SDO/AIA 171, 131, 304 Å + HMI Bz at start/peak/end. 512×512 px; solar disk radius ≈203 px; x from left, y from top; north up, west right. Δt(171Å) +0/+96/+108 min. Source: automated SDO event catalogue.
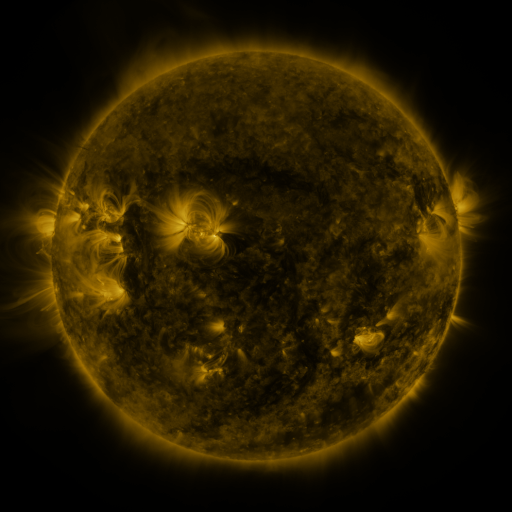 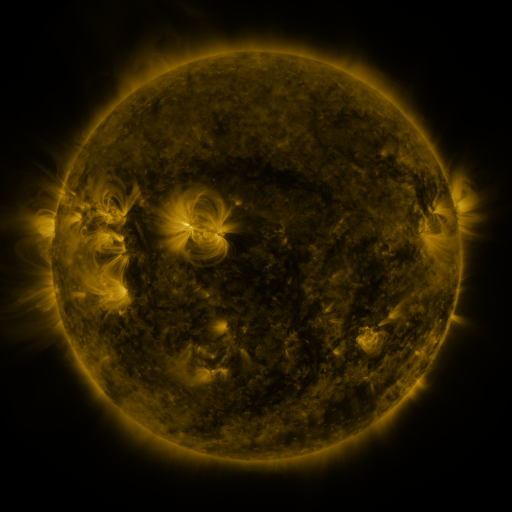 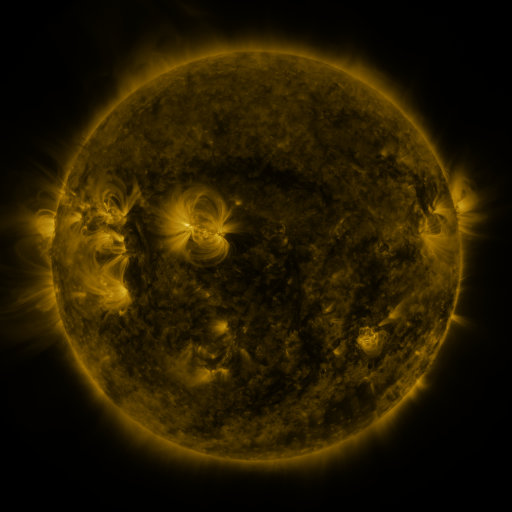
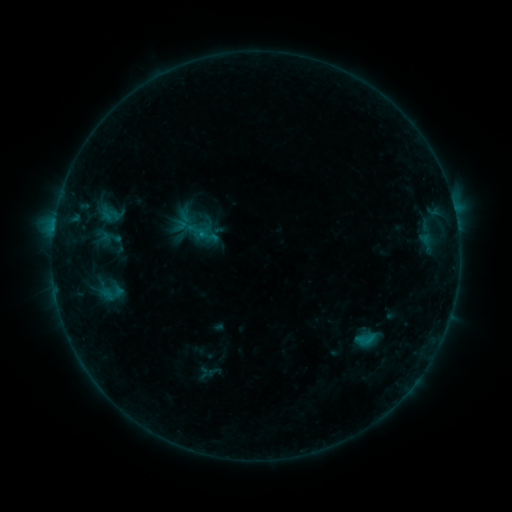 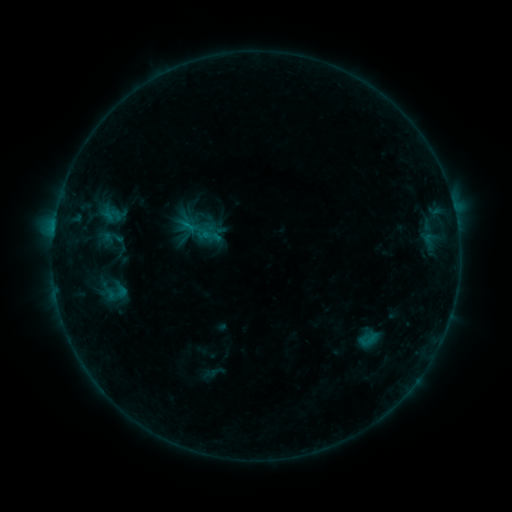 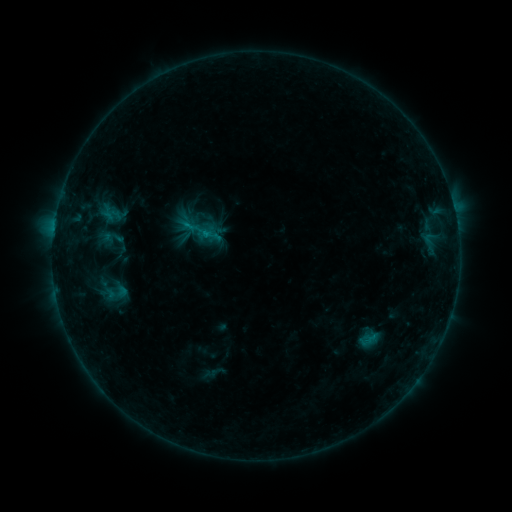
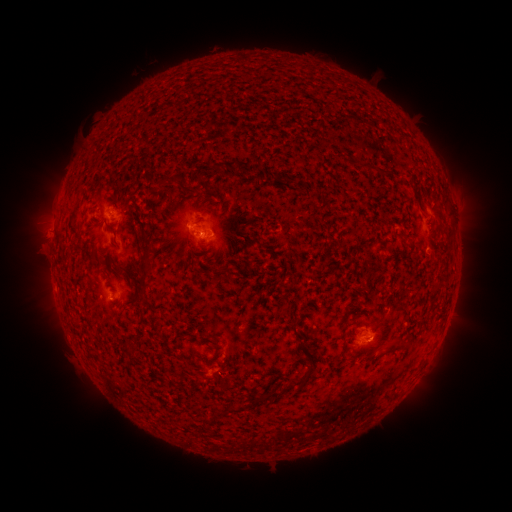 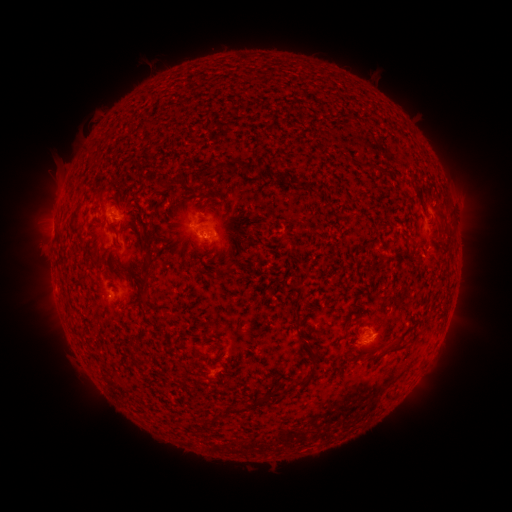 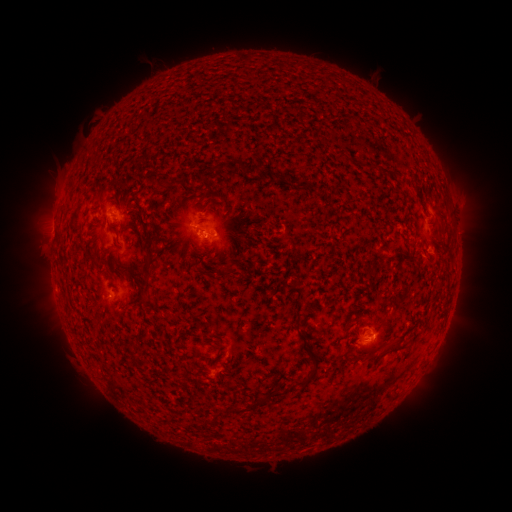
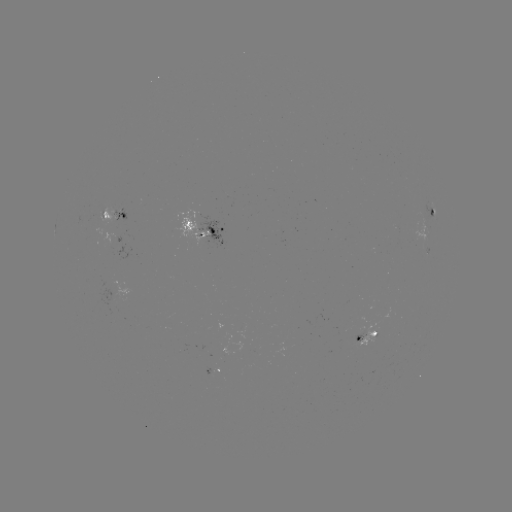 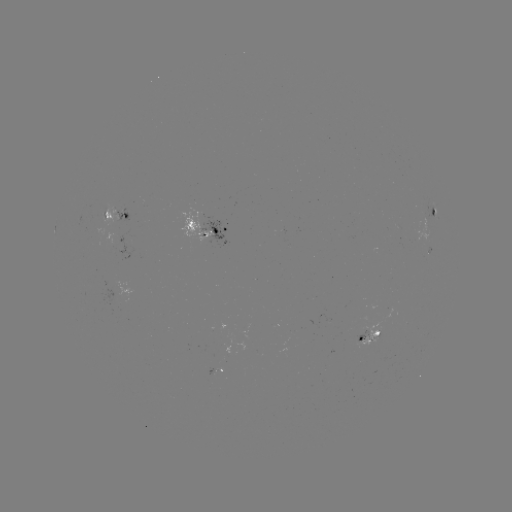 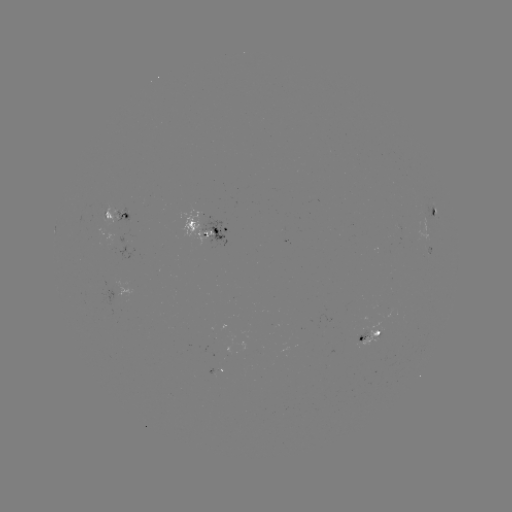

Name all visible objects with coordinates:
emerging-flux region: (363, 332)
